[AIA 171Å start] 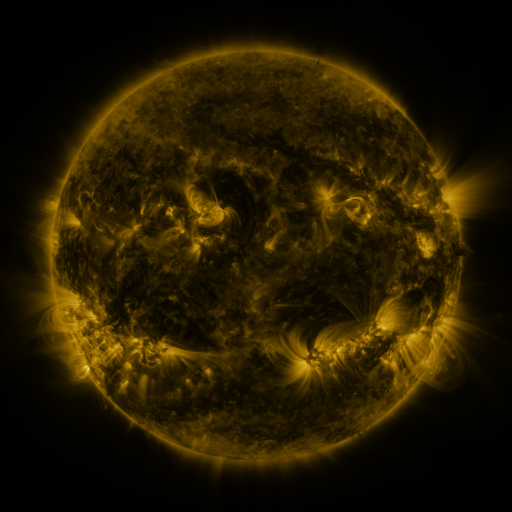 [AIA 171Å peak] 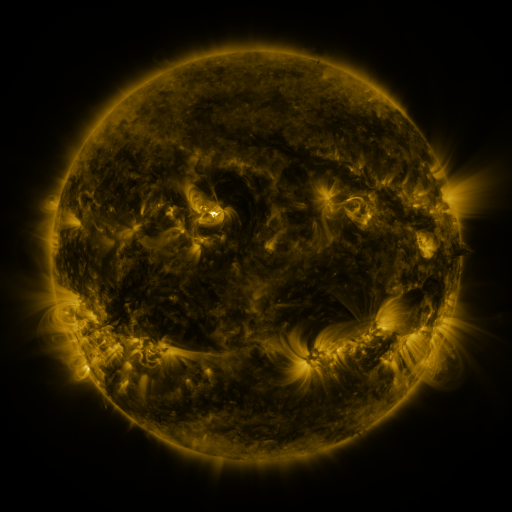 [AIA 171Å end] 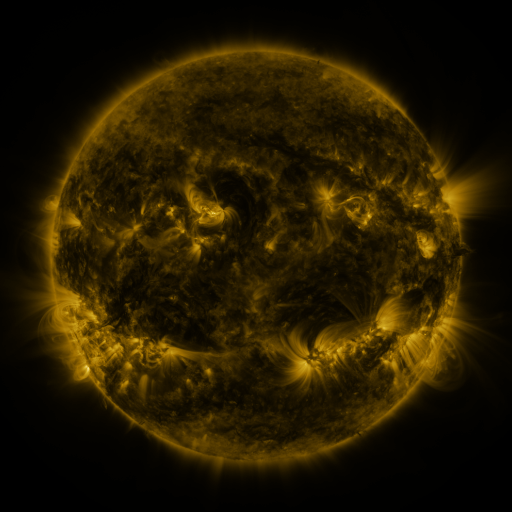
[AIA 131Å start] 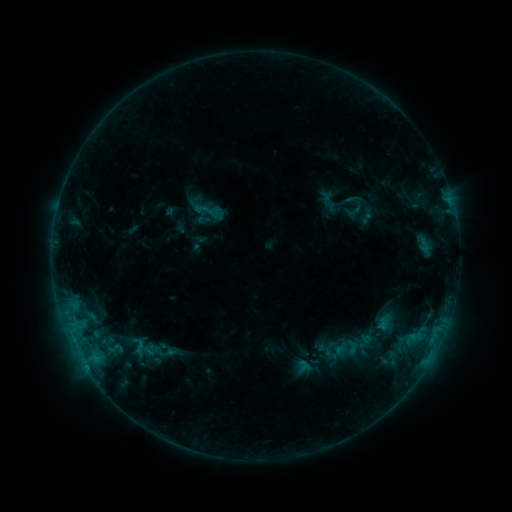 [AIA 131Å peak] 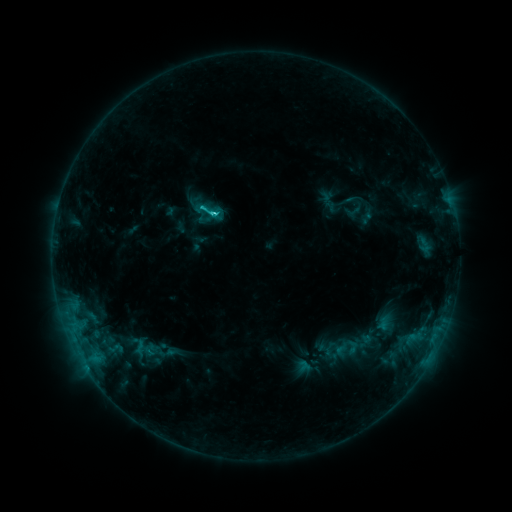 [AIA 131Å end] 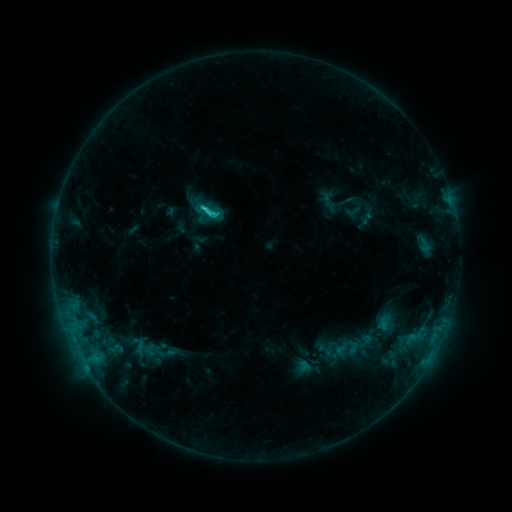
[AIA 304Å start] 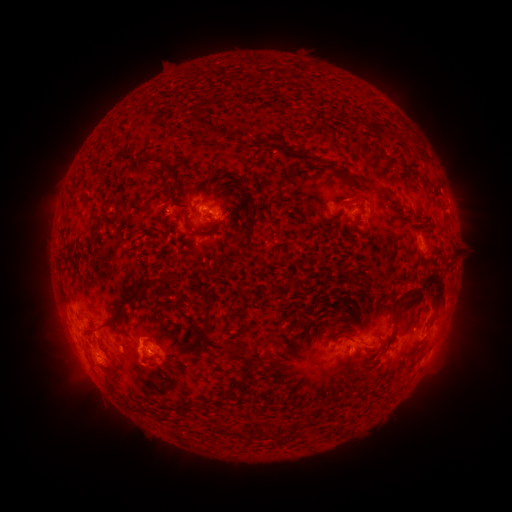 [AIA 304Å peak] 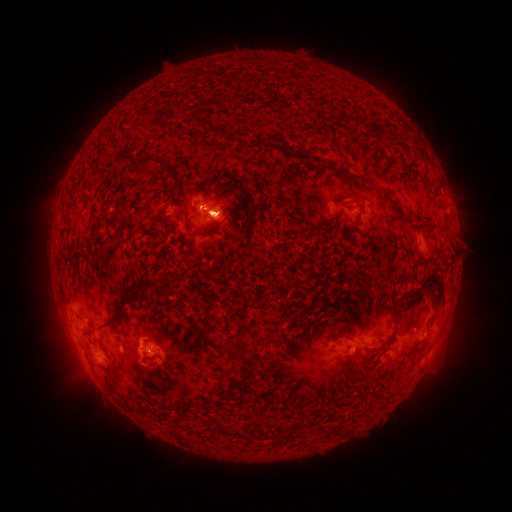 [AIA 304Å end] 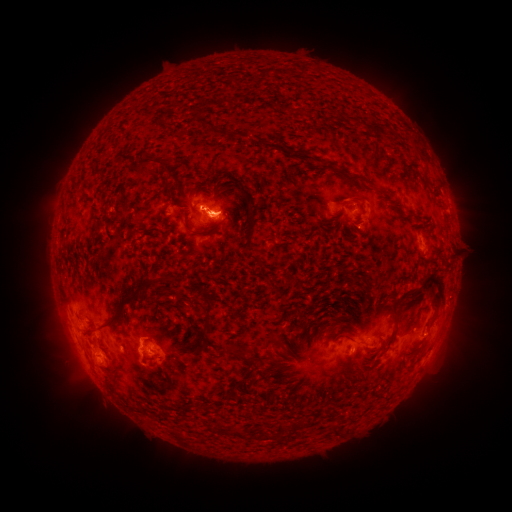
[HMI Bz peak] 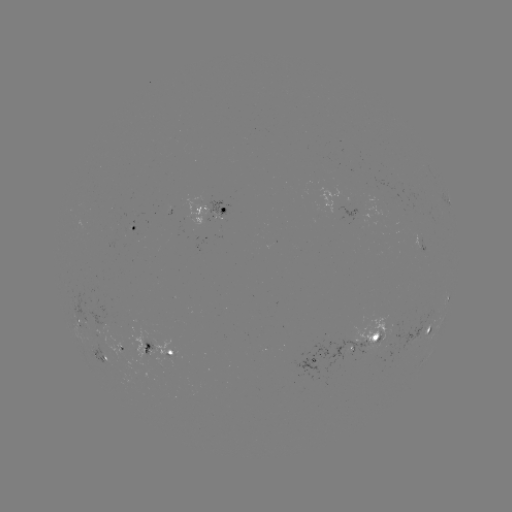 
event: eruption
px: (66, 347)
